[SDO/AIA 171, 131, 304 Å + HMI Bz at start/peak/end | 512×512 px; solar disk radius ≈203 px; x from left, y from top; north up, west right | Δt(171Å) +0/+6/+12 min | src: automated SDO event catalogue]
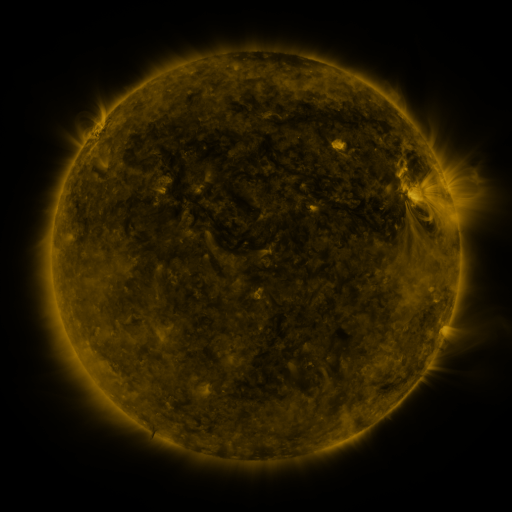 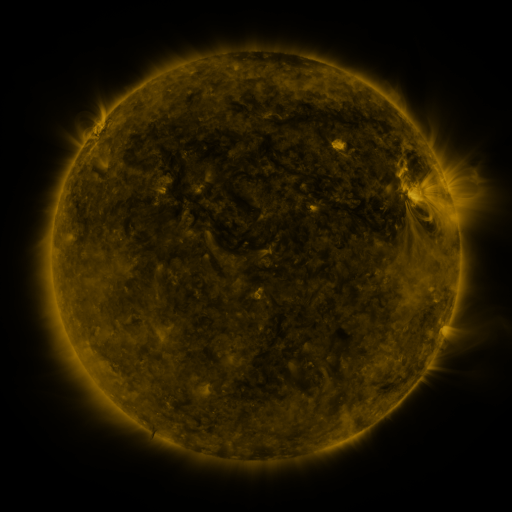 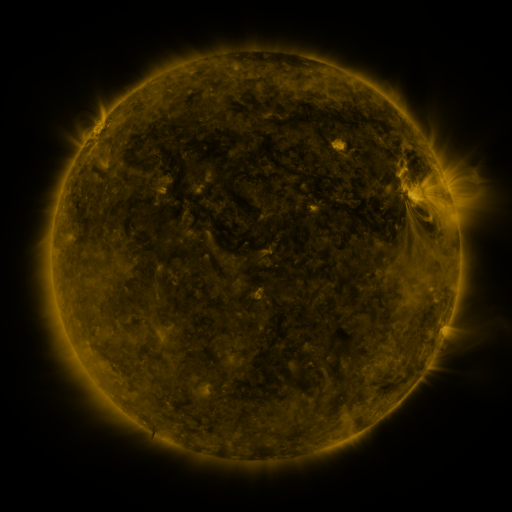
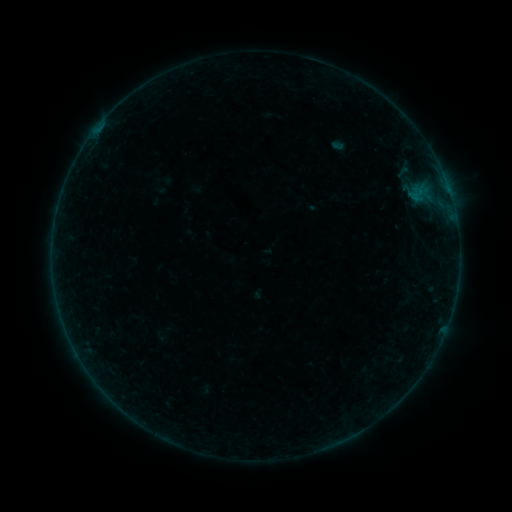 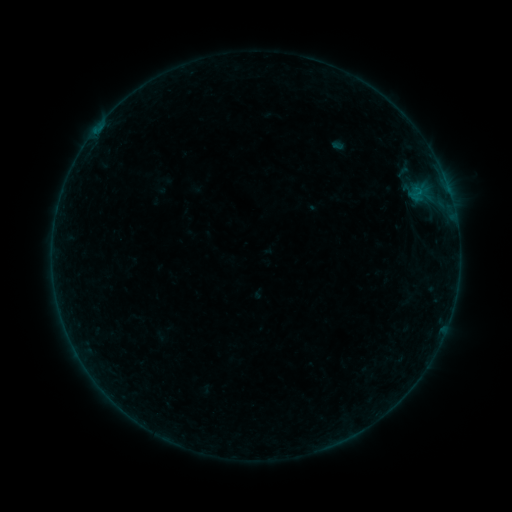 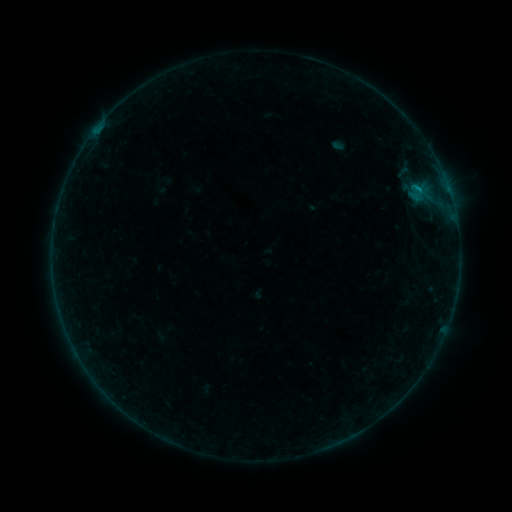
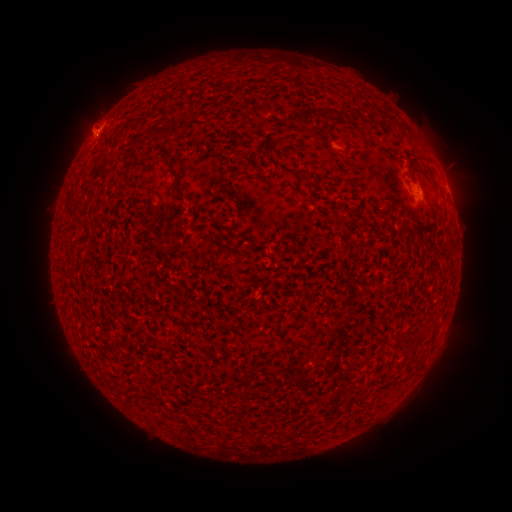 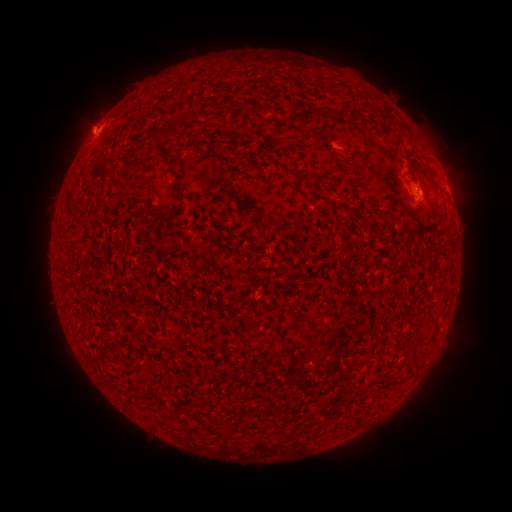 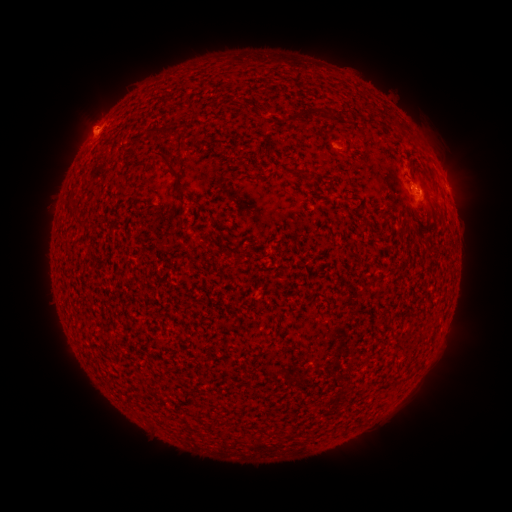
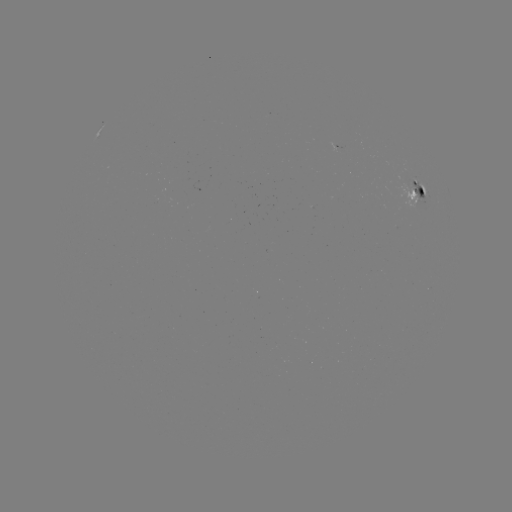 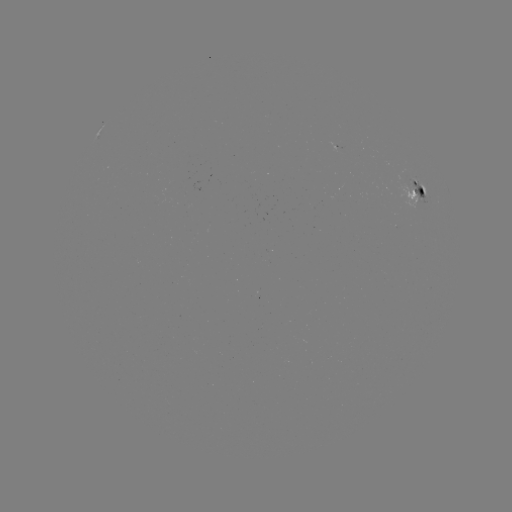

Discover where B6.5 flare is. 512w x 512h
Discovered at [415, 191].